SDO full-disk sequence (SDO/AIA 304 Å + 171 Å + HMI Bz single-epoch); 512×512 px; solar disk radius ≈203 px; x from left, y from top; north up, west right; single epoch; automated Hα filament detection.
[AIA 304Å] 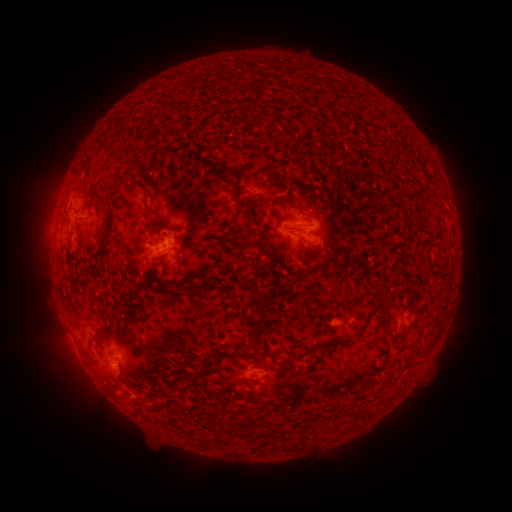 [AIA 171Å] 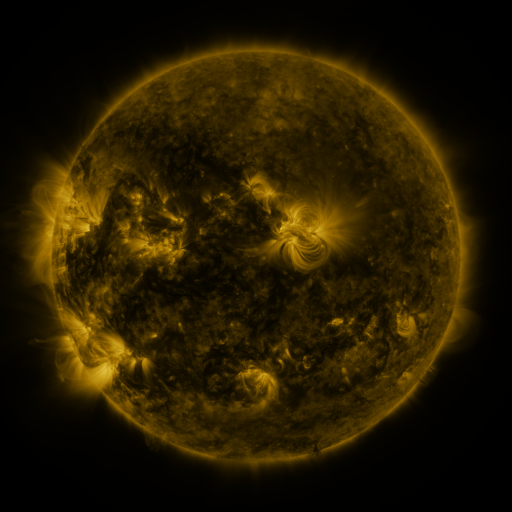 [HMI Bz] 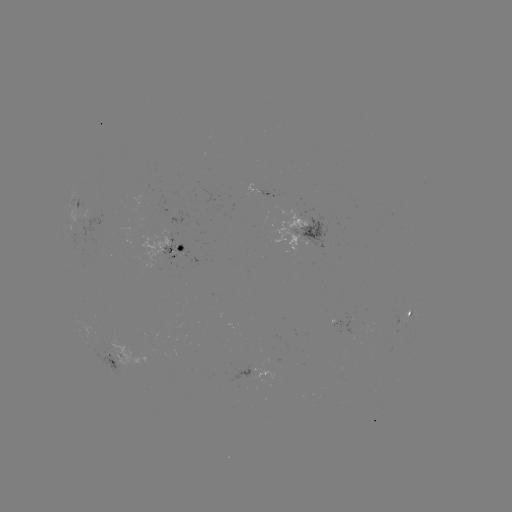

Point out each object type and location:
filament: (117, 128, 147, 145)
filament: (156, 147, 177, 156)
filament: (182, 170, 191, 180)
filament: (75, 179, 86, 191)
filament: (316, 191, 323, 204)
filament: (146, 193, 156, 204)
filament: (256, 195, 265, 205)
filament: (91, 196, 101, 204)
filament: (273, 197, 290, 205)
filament: (324, 204, 333, 212)
filament: (246, 206, 260, 226)
filament: (150, 222, 168, 233)
filament: (101, 223, 110, 236)
filament: (294, 233, 313, 245)
filament: (265, 245, 276, 253)
filament: (153, 254, 167, 263)
filament: (394, 266, 412, 276)
filament: (84, 268, 94, 278)
filament: (152, 277, 170, 290)
filament: (185, 280, 217, 296)
filament: (175, 284, 184, 292)
filament: (253, 291, 270, 303)
filament: (356, 298, 391, 337)
filament: (253, 309, 268, 350)
filament: (306, 335, 354, 355)
filament: (422, 337, 435, 354)
filament: (231, 344, 252, 359)
filament: (202, 357, 214, 370)
filament: (350, 407, 370, 420)
filament: (293, 438, 302, 449)
